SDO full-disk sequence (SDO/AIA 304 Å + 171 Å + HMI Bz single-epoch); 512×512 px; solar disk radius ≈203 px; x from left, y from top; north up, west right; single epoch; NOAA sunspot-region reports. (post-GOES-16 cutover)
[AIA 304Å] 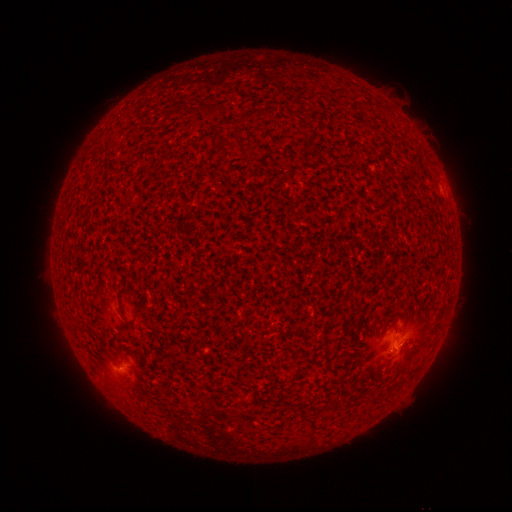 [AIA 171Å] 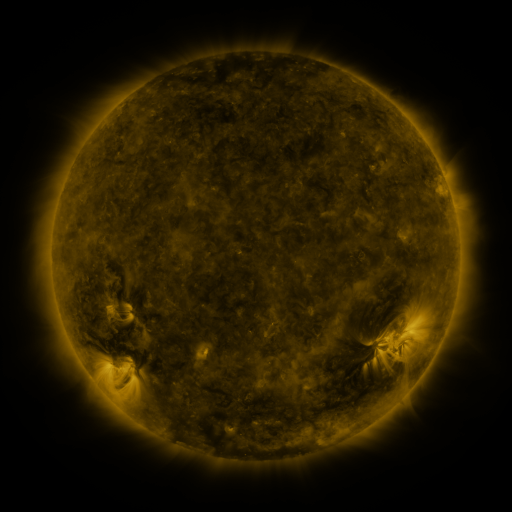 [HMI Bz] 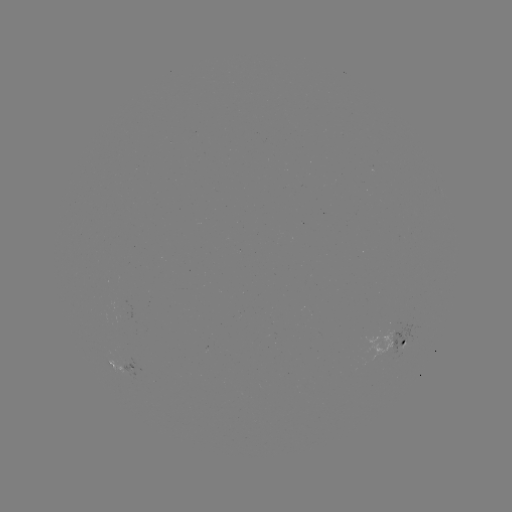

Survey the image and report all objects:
spotted active region: (402, 344)
spotted active region: (122, 366)
